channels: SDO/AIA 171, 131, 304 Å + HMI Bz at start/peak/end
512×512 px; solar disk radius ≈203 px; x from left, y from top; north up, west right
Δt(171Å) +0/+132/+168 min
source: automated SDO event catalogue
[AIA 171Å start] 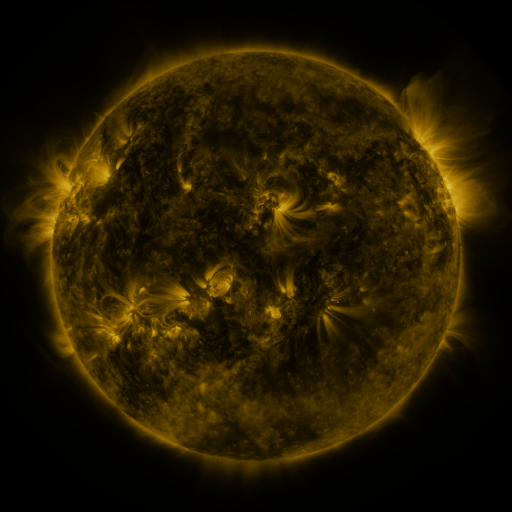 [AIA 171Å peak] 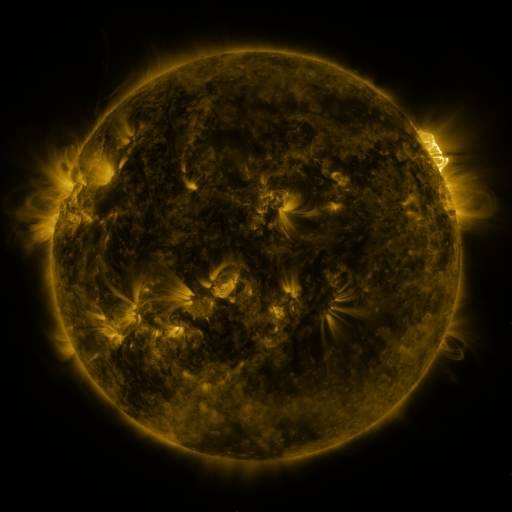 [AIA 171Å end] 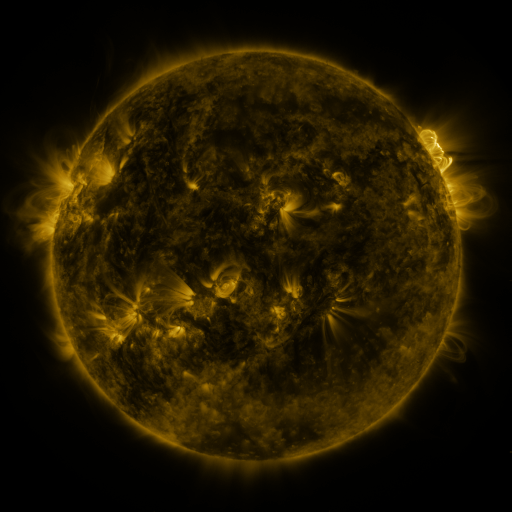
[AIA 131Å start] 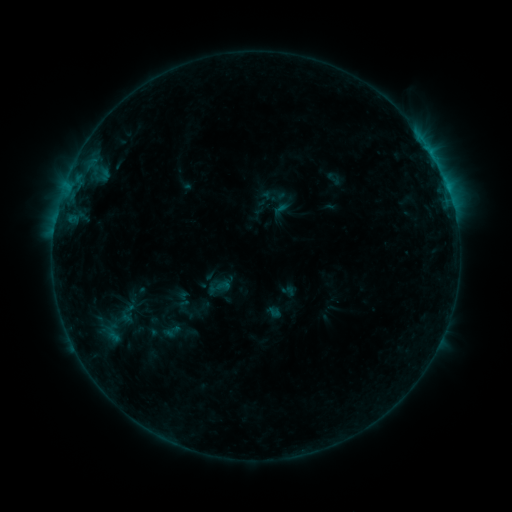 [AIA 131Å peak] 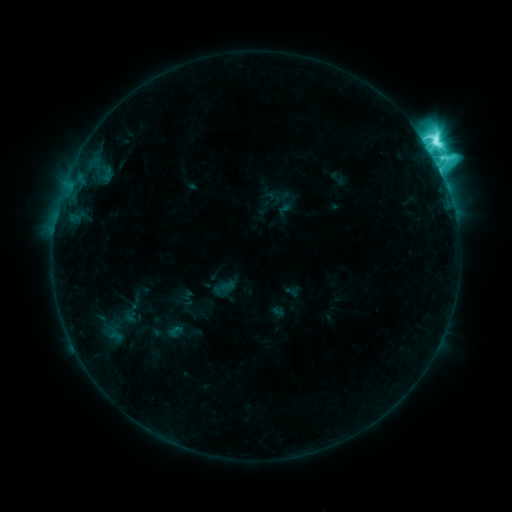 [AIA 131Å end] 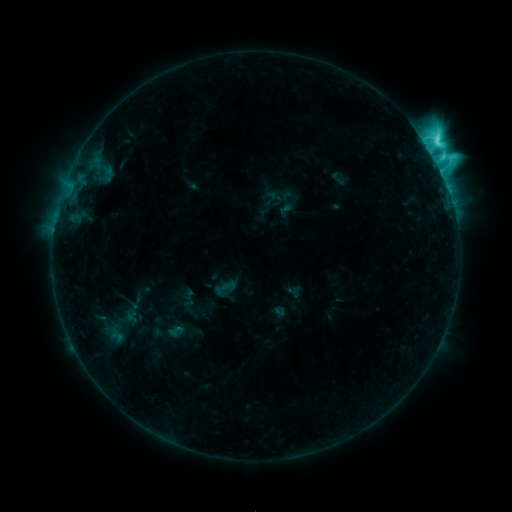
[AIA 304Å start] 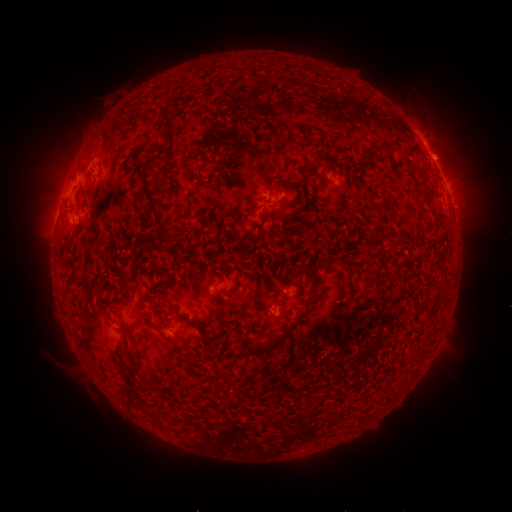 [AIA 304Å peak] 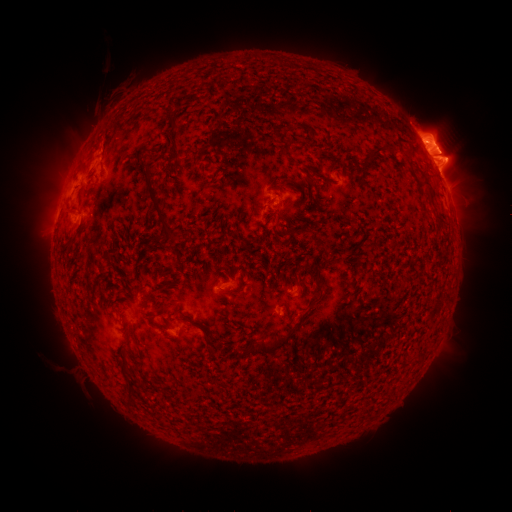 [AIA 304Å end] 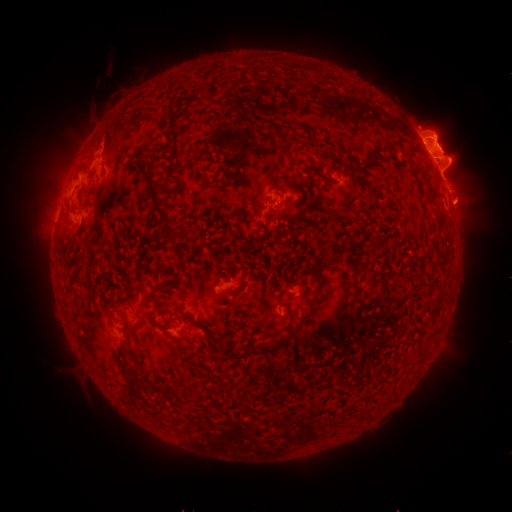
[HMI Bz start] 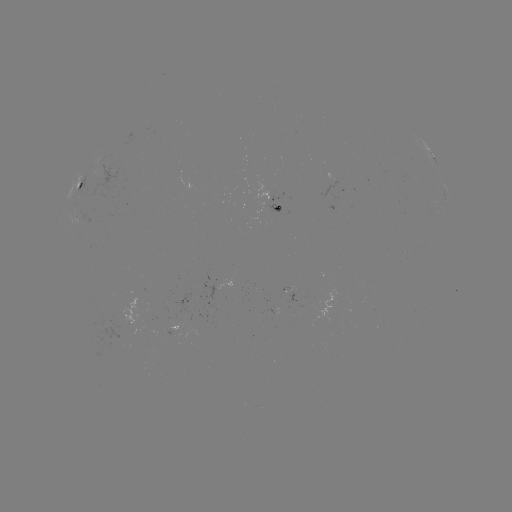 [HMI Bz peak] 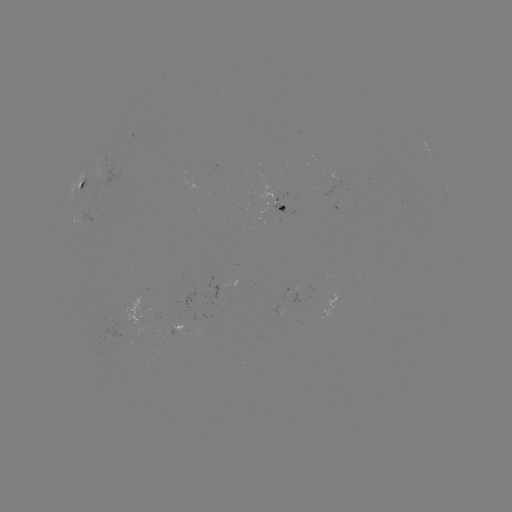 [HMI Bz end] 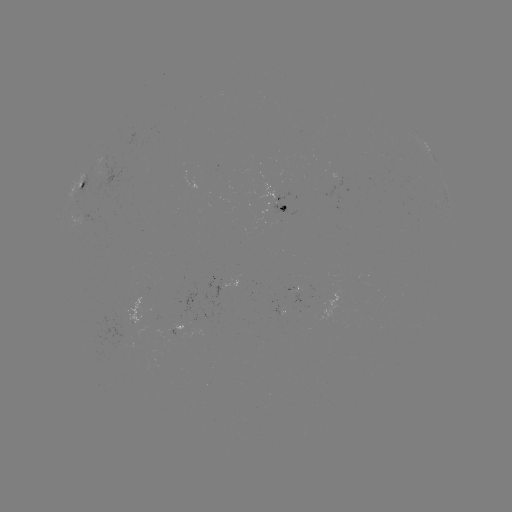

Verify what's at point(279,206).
emerging-flux region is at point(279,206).